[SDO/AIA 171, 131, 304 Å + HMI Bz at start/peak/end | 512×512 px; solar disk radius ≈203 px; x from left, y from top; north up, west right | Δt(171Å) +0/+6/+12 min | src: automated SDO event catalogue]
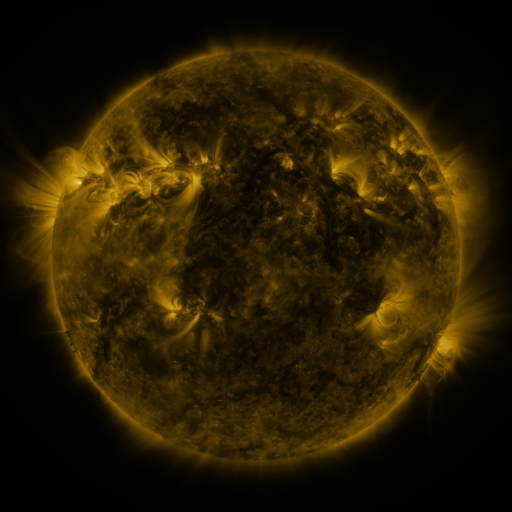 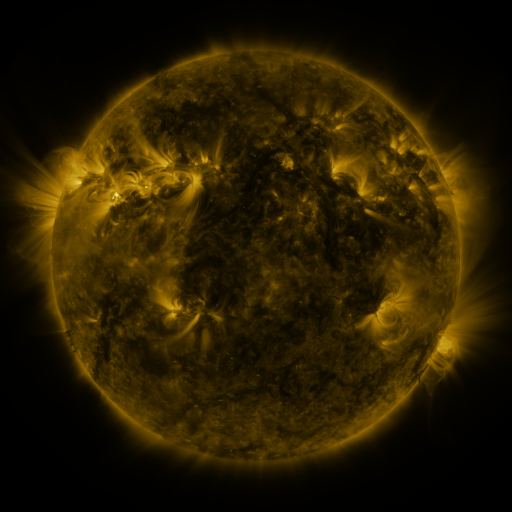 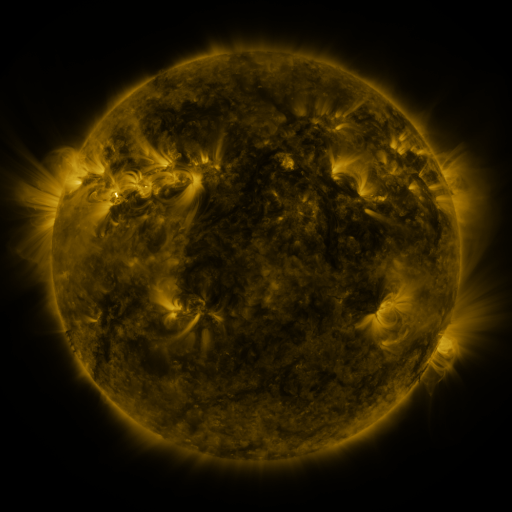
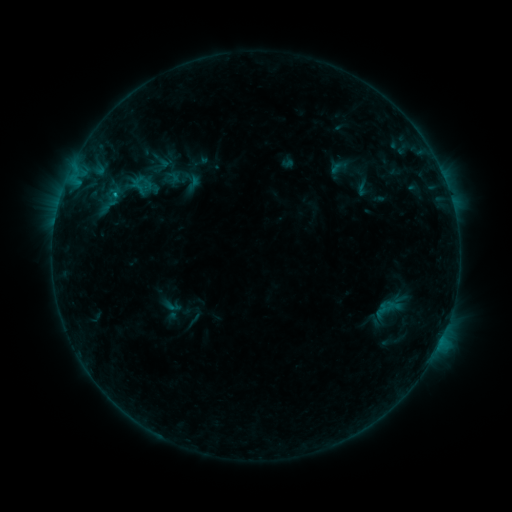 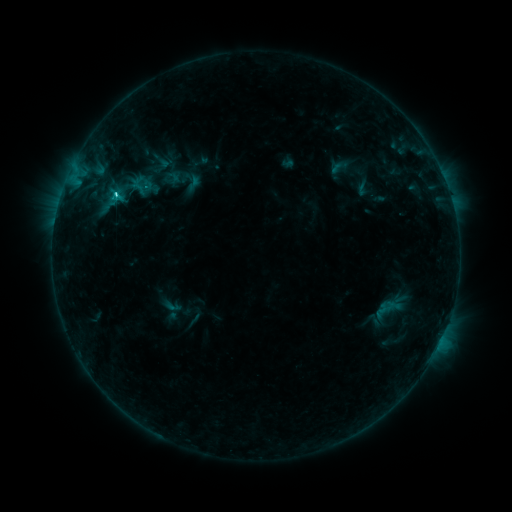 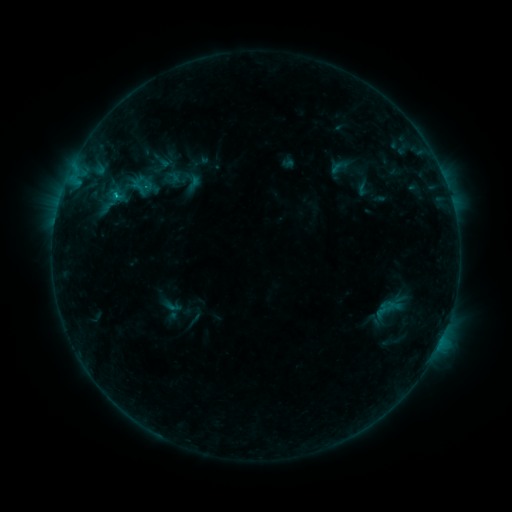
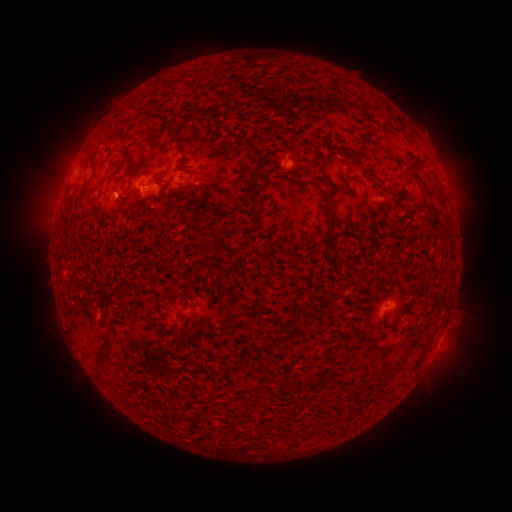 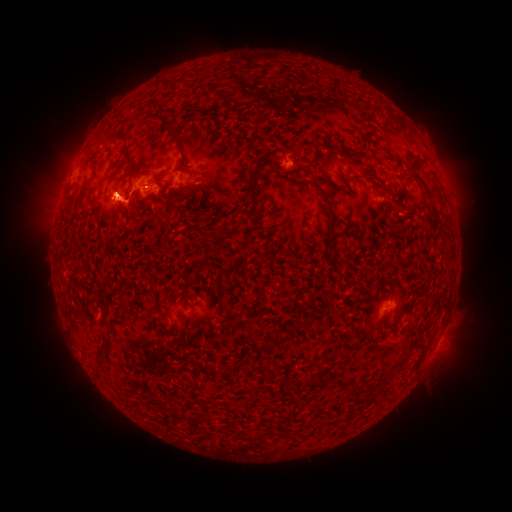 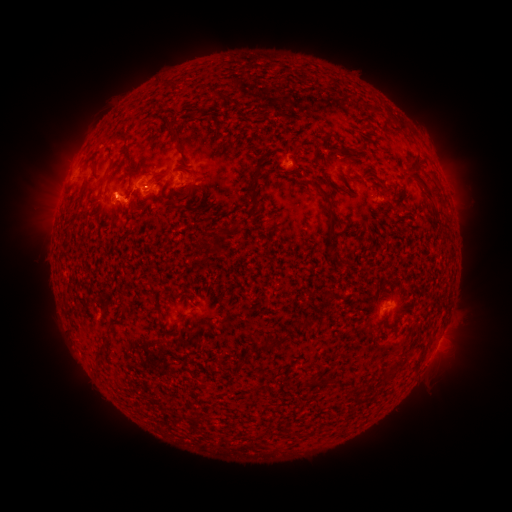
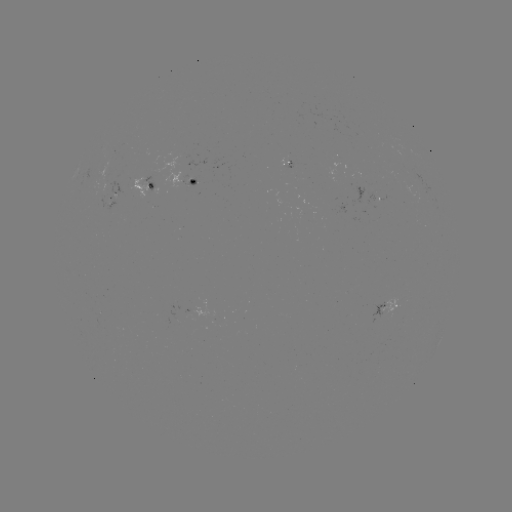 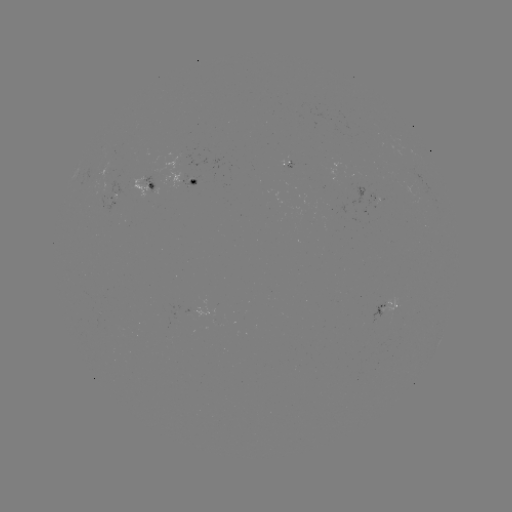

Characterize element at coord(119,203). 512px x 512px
eruption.